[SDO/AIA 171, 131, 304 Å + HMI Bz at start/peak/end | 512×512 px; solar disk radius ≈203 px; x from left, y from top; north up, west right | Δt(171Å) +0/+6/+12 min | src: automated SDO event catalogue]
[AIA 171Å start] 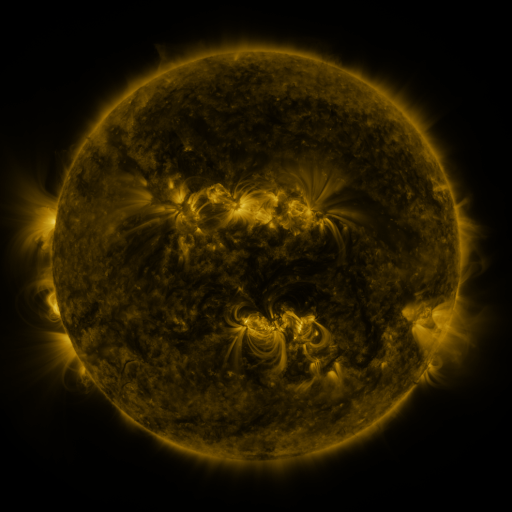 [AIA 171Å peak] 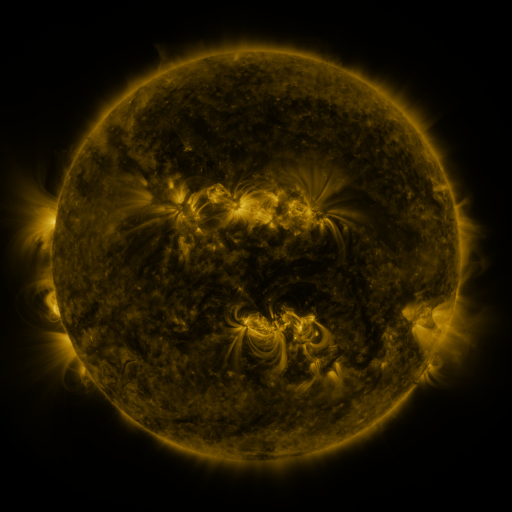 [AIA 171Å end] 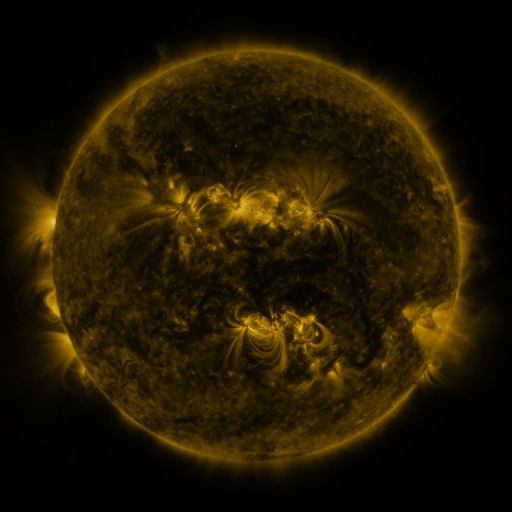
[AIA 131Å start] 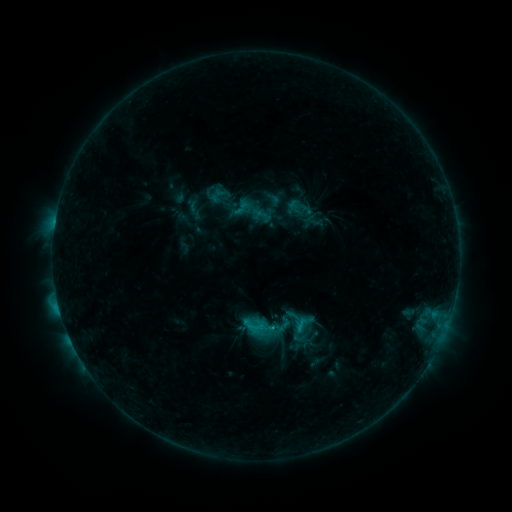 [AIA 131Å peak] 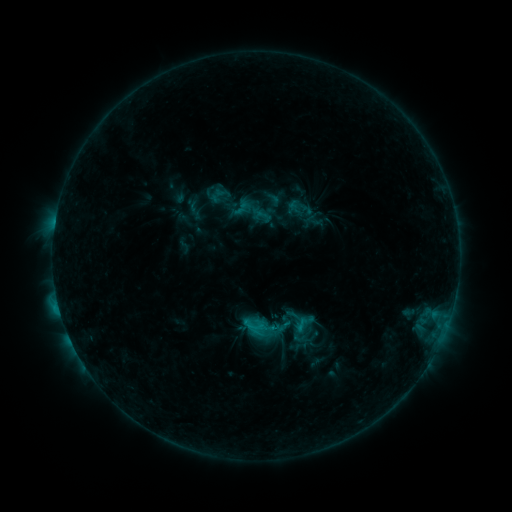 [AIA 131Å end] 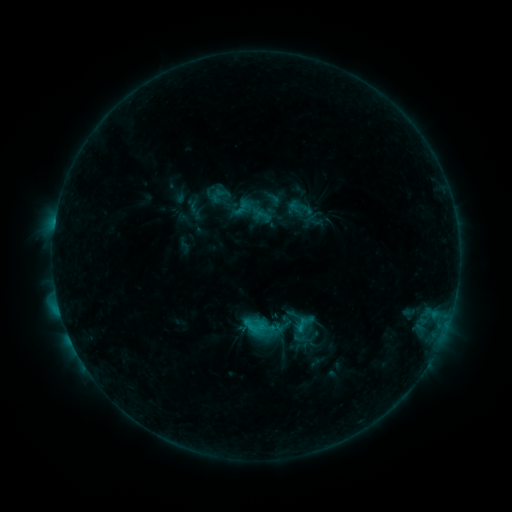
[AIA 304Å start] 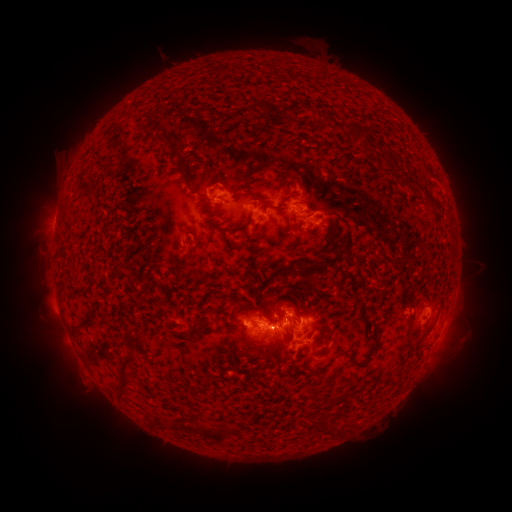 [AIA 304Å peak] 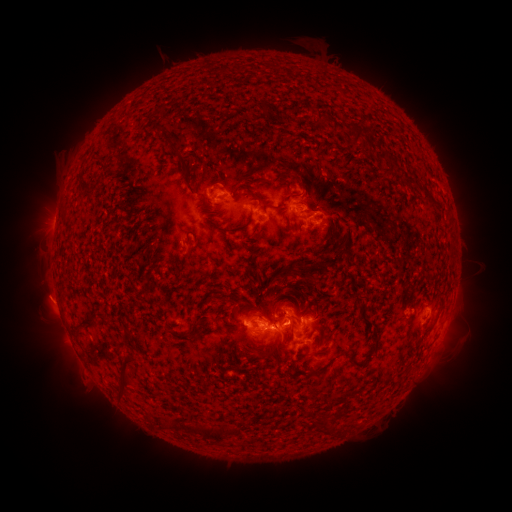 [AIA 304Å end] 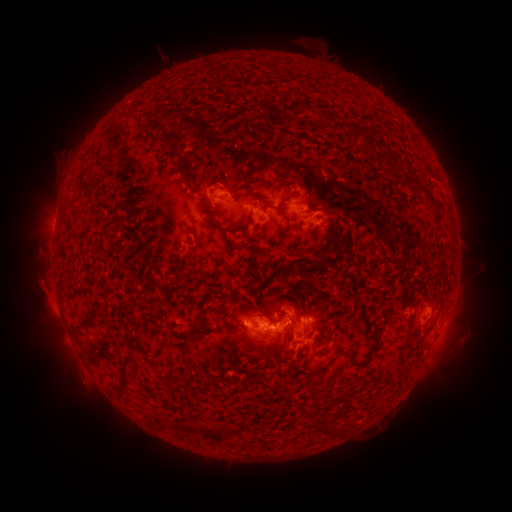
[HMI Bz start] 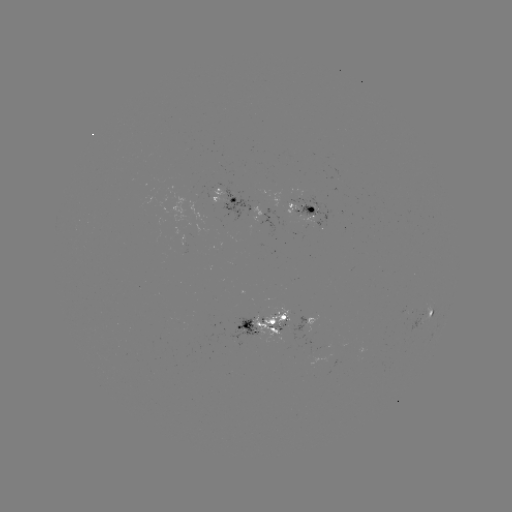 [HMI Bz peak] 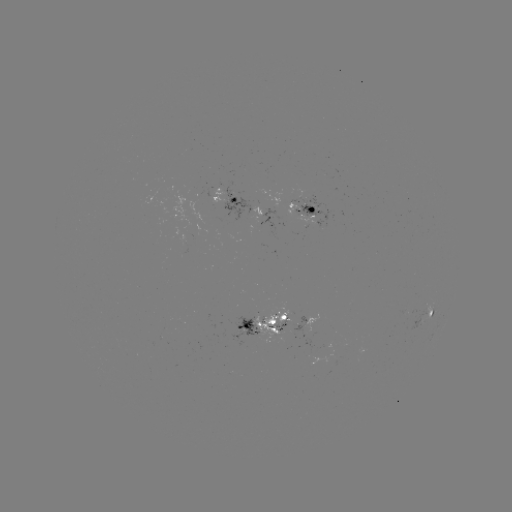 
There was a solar eruption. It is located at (45, 296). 